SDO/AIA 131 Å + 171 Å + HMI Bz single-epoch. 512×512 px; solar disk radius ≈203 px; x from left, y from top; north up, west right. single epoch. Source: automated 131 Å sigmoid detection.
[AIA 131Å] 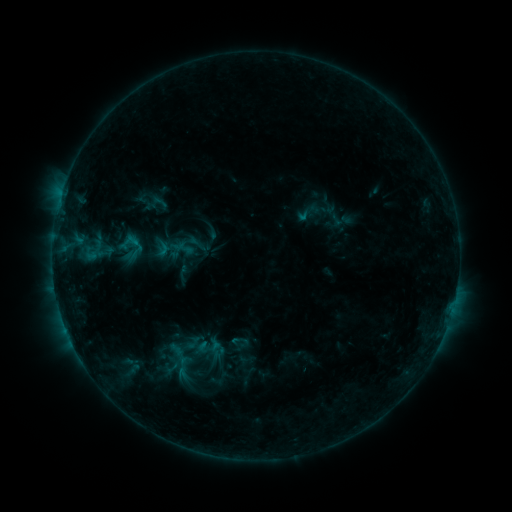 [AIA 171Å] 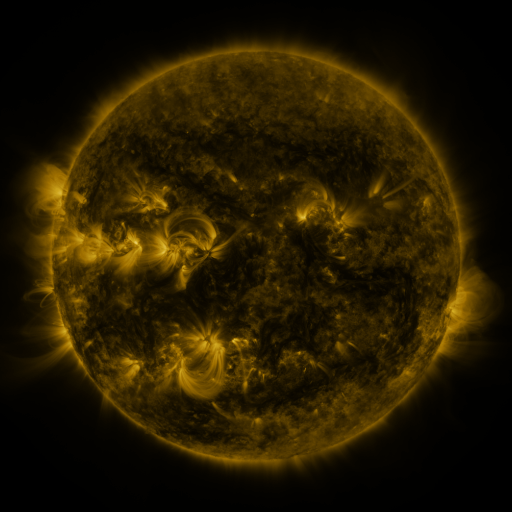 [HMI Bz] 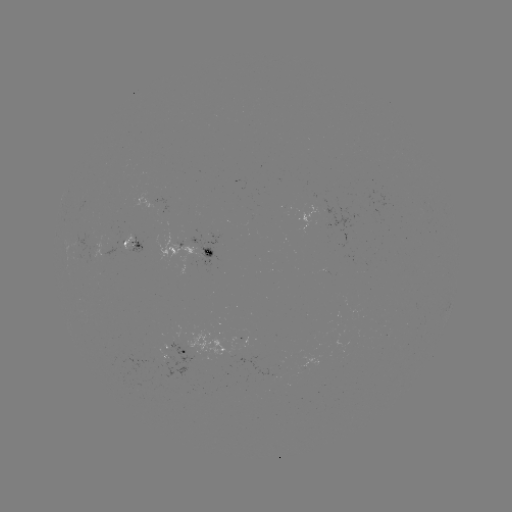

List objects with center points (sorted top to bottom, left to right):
sigmoid: <bbox>170, 228, 199, 260</bbox>
sigmoid: <bbox>186, 328, 232, 369</bbox>
